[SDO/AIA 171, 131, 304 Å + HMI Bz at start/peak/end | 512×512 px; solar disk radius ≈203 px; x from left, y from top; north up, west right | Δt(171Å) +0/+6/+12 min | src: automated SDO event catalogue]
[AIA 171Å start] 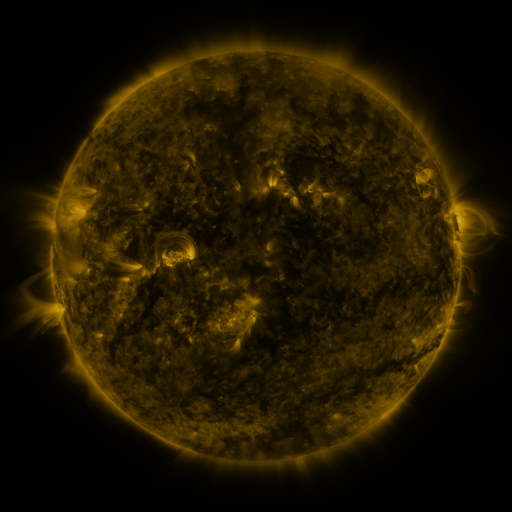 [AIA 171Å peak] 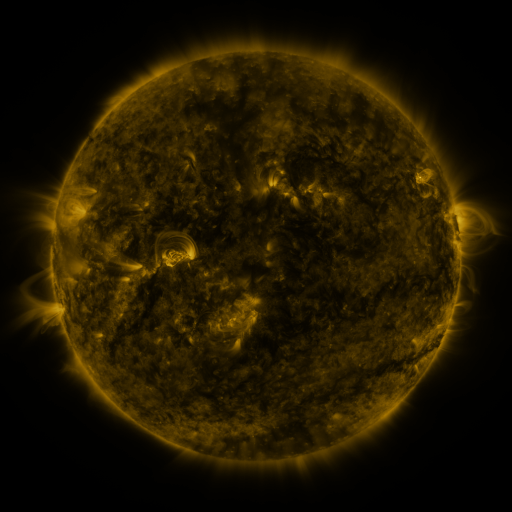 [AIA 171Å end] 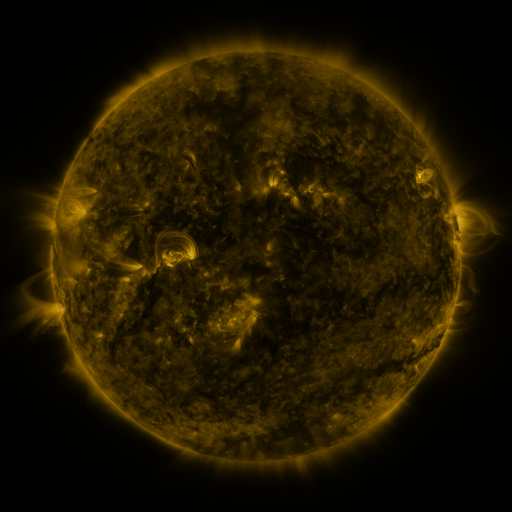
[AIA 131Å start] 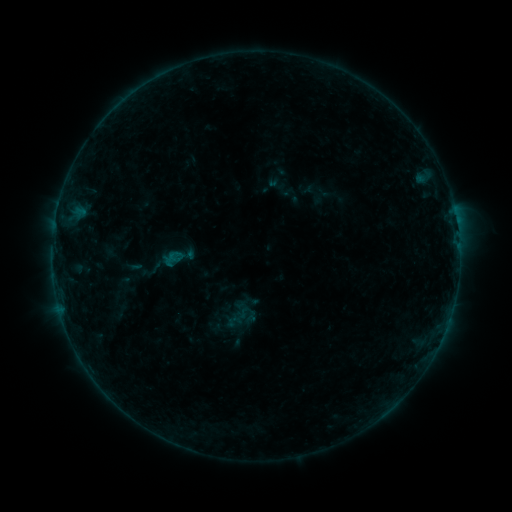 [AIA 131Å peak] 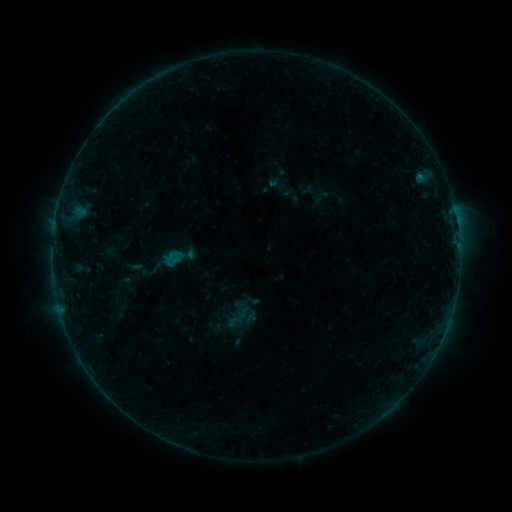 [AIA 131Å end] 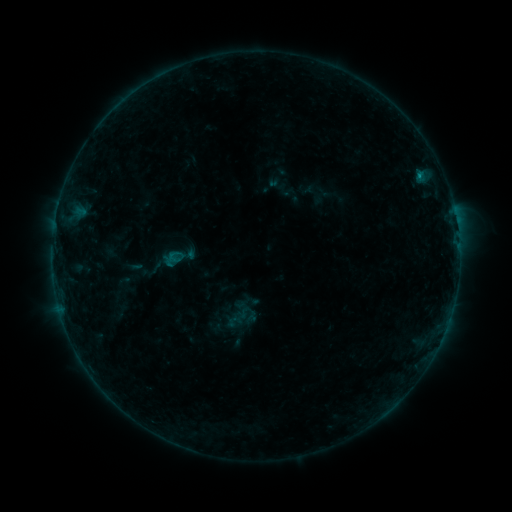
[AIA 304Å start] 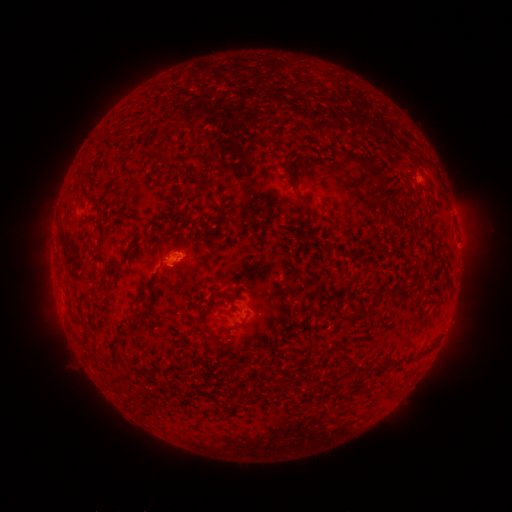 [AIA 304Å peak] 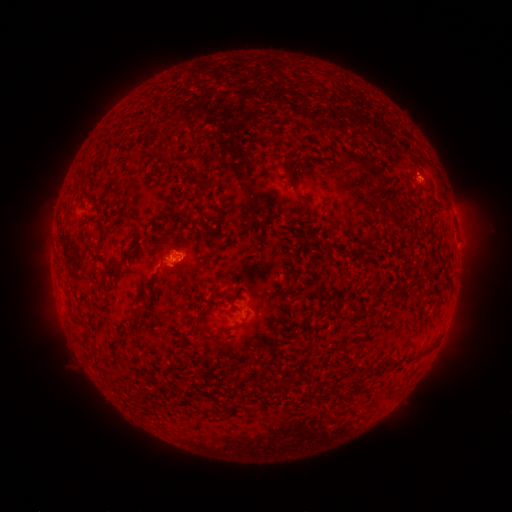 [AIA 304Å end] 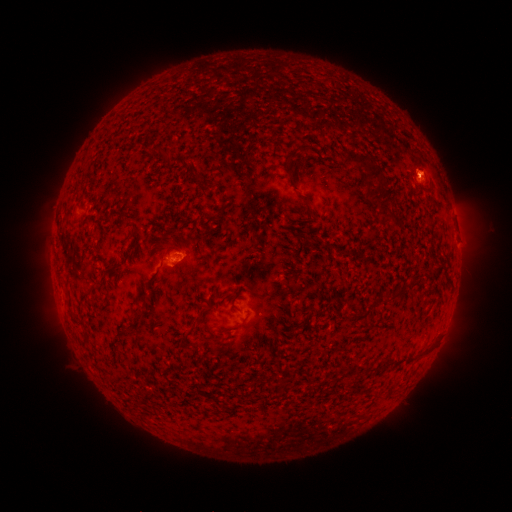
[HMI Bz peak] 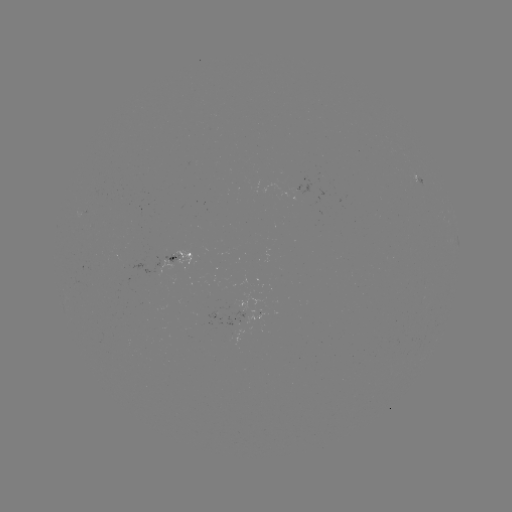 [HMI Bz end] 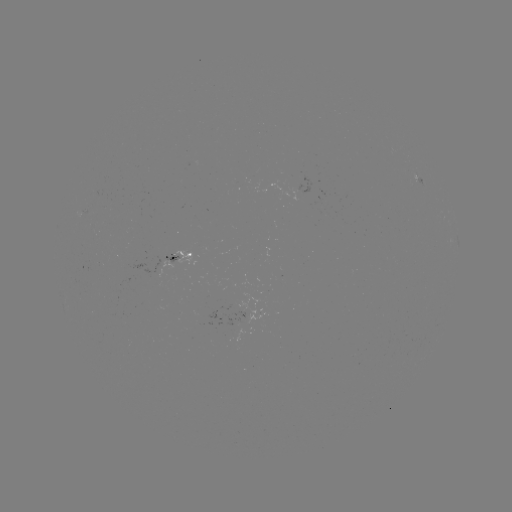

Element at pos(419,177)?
B3.0 flare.